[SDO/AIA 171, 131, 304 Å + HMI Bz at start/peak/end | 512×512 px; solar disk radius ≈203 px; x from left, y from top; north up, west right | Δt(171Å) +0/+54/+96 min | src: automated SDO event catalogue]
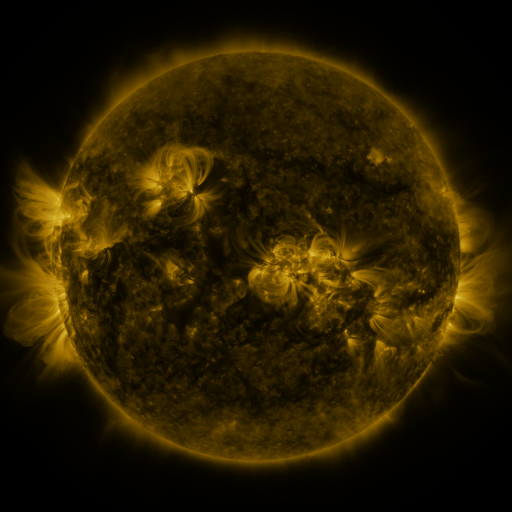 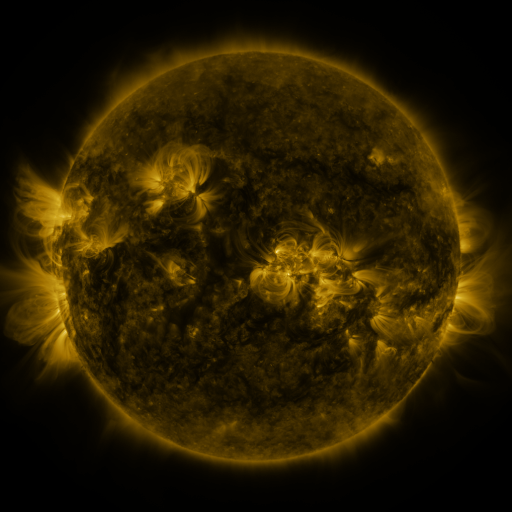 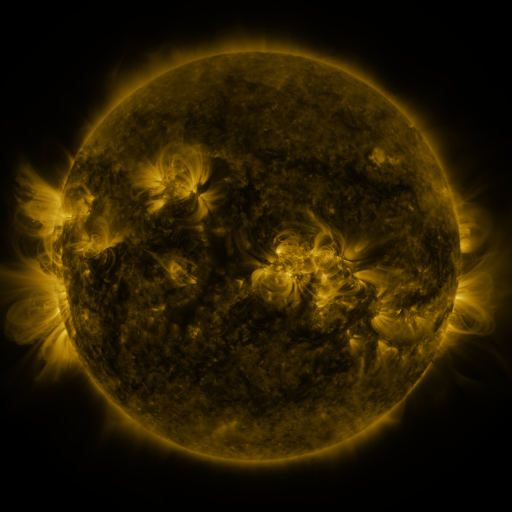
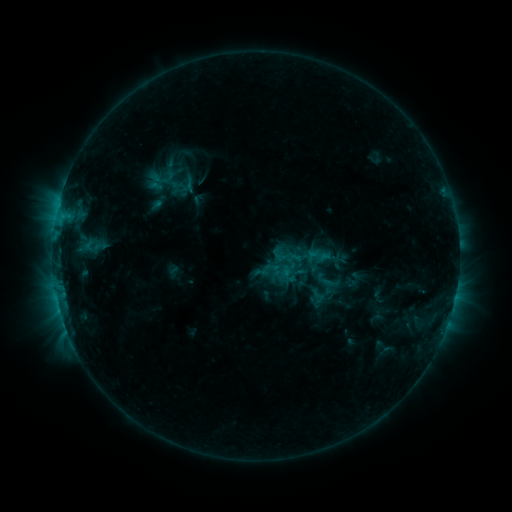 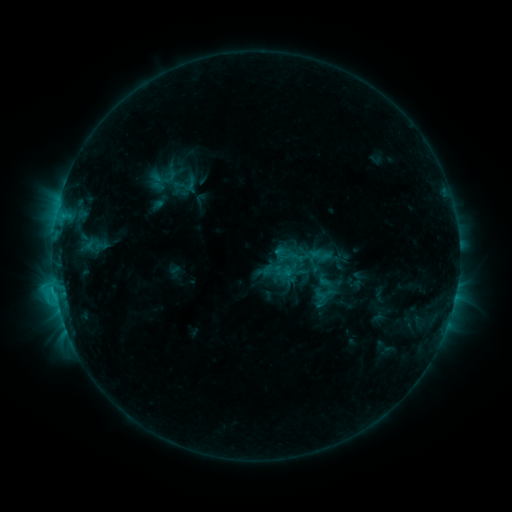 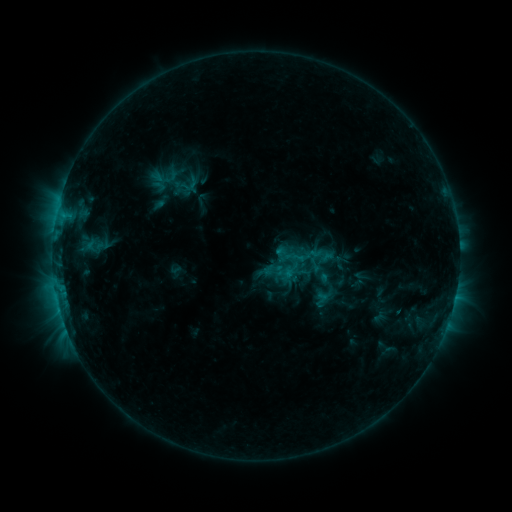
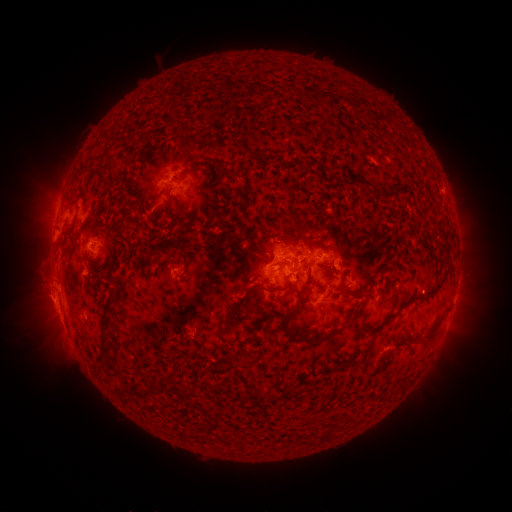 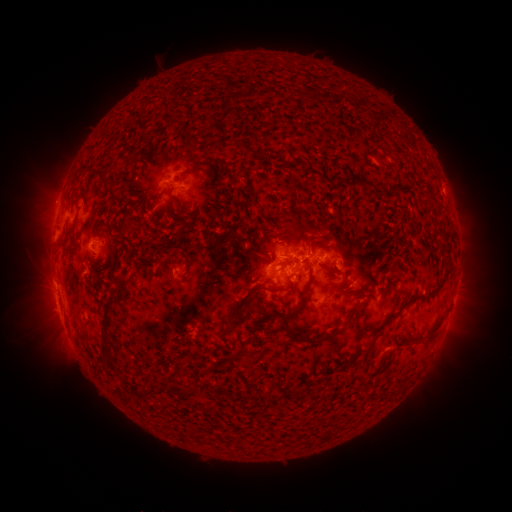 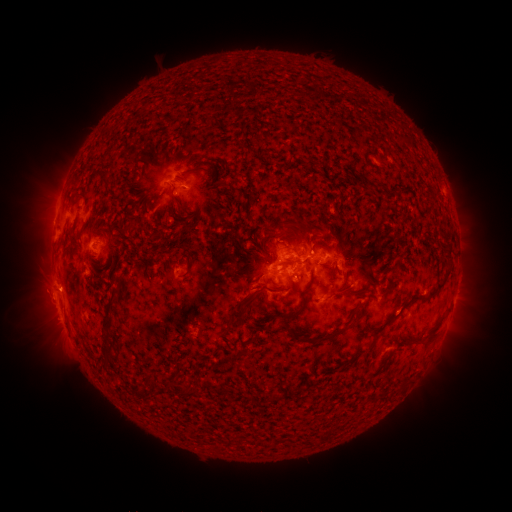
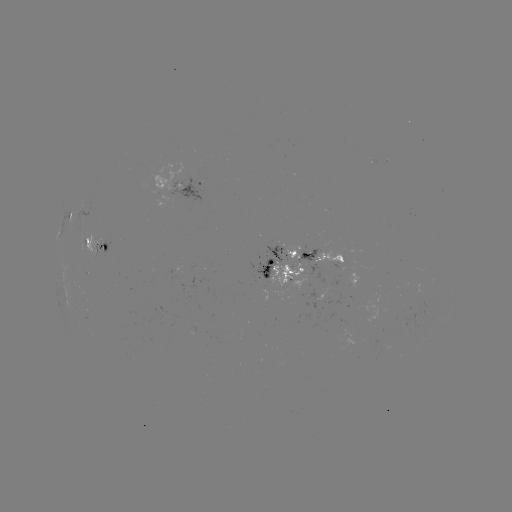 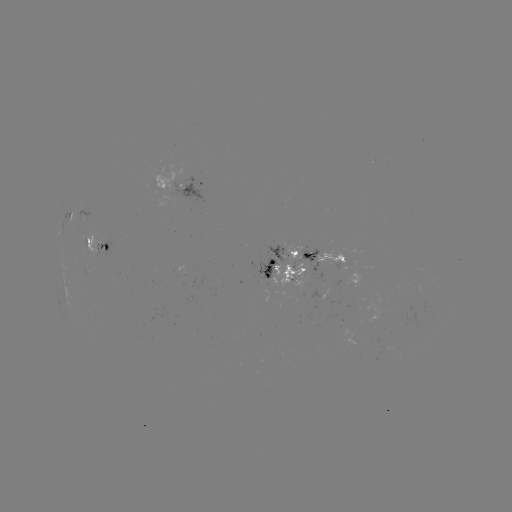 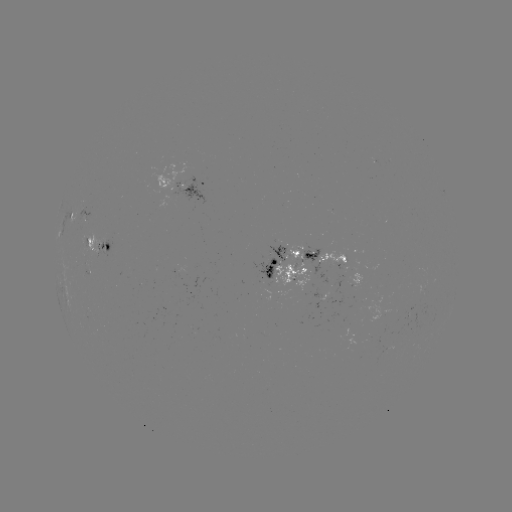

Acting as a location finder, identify C2.0 flare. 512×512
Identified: (55, 287).